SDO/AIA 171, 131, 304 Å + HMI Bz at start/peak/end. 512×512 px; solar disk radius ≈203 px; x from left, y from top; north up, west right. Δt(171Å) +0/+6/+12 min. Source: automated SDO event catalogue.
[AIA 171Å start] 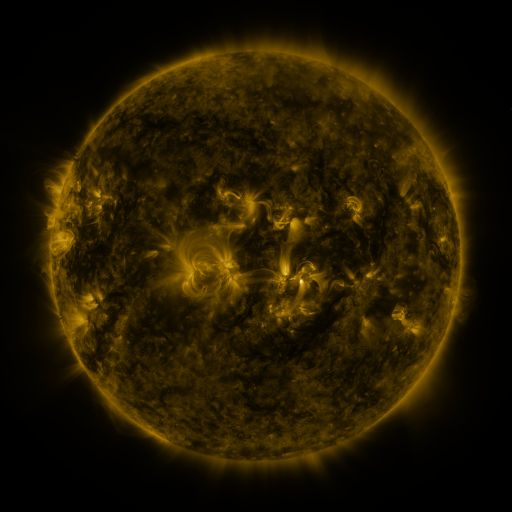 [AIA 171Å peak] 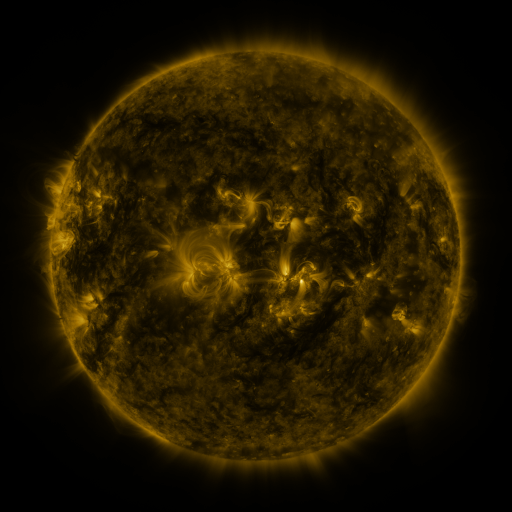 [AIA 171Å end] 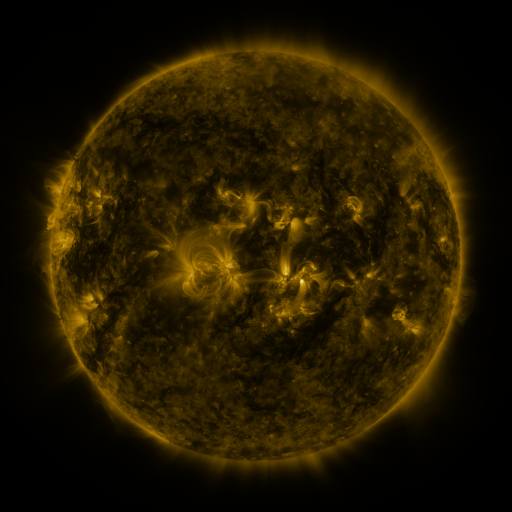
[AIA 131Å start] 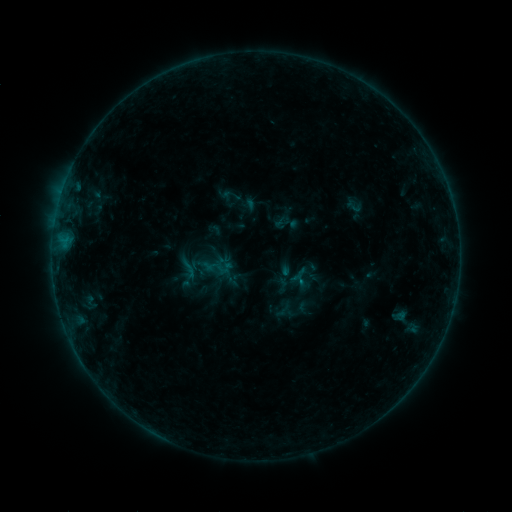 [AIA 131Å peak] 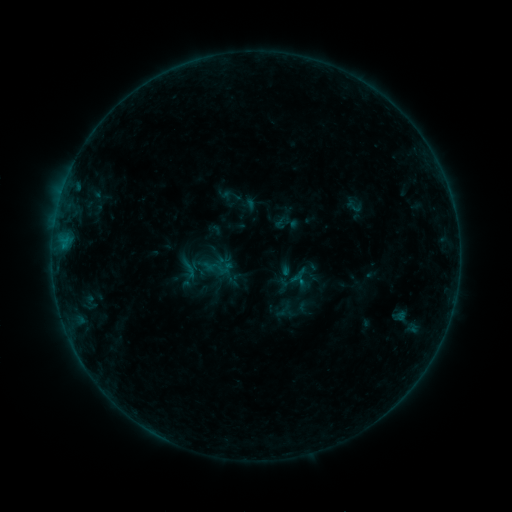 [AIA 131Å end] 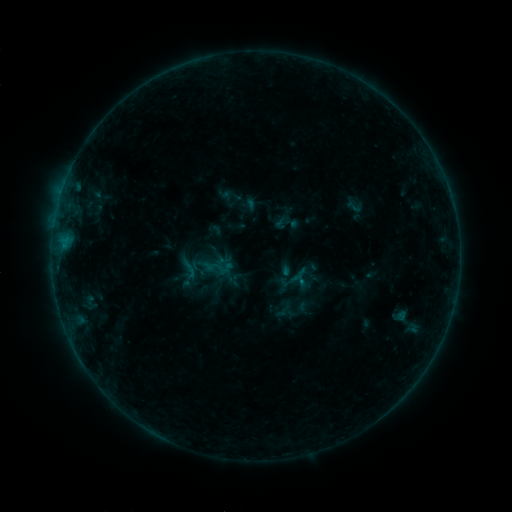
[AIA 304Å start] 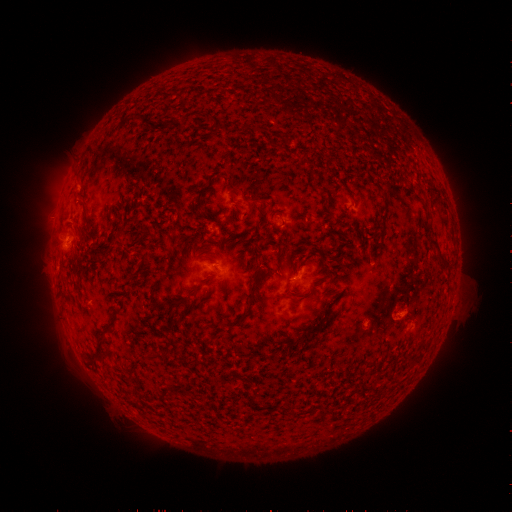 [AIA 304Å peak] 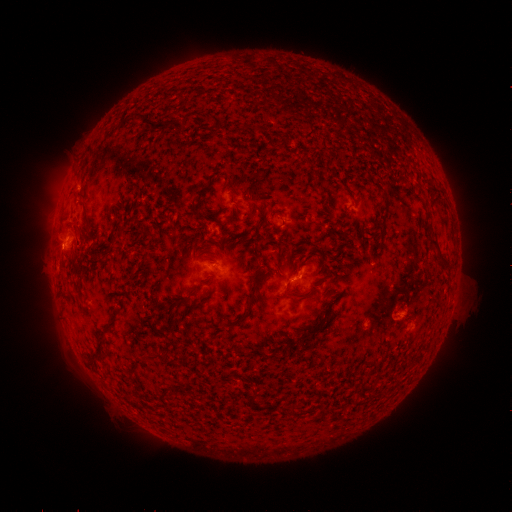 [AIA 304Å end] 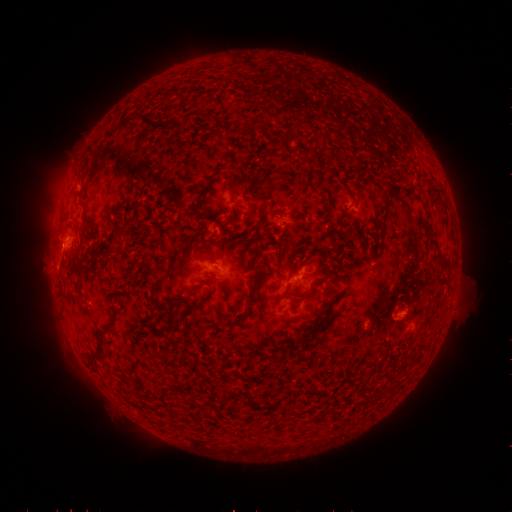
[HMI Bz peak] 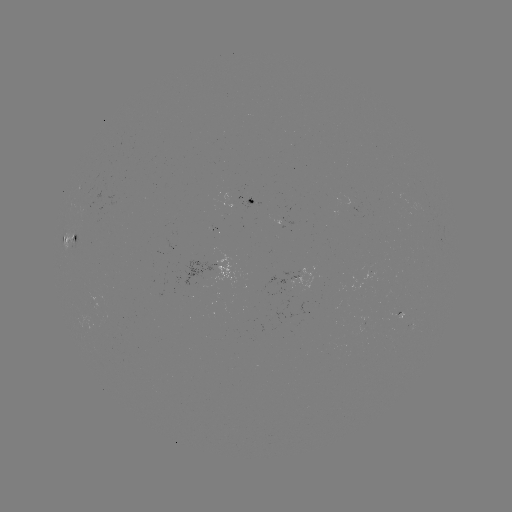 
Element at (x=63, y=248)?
B4.3 flare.